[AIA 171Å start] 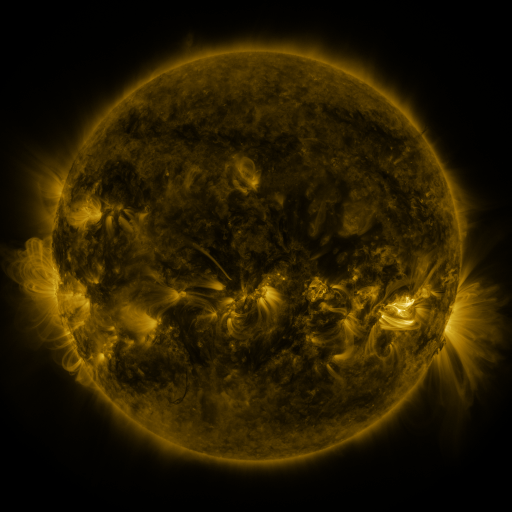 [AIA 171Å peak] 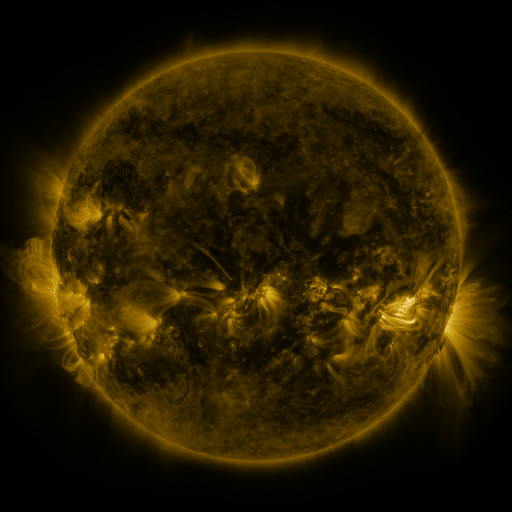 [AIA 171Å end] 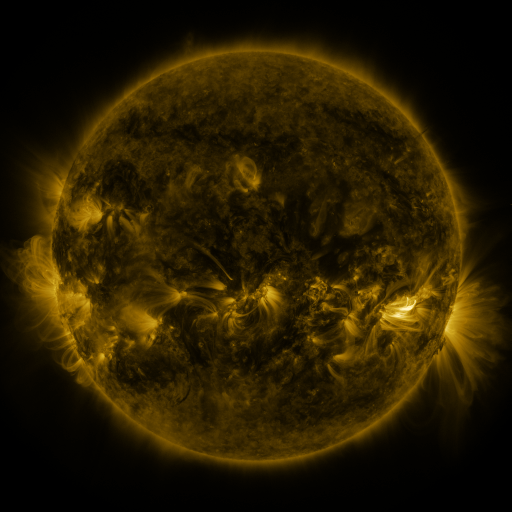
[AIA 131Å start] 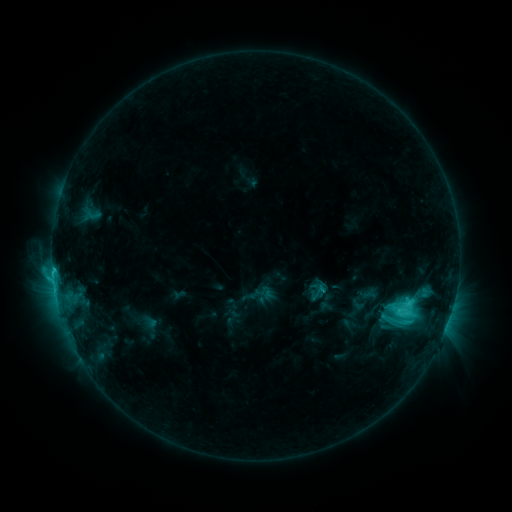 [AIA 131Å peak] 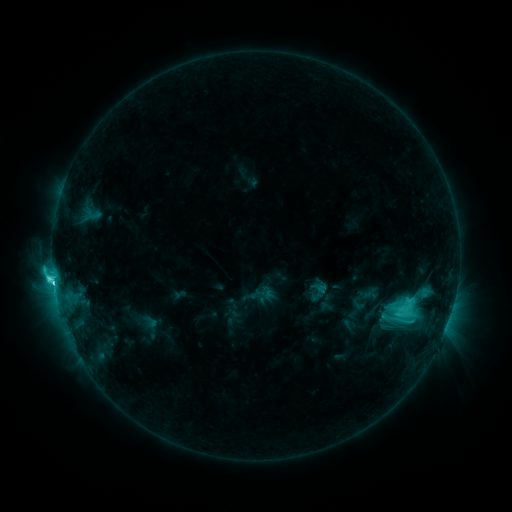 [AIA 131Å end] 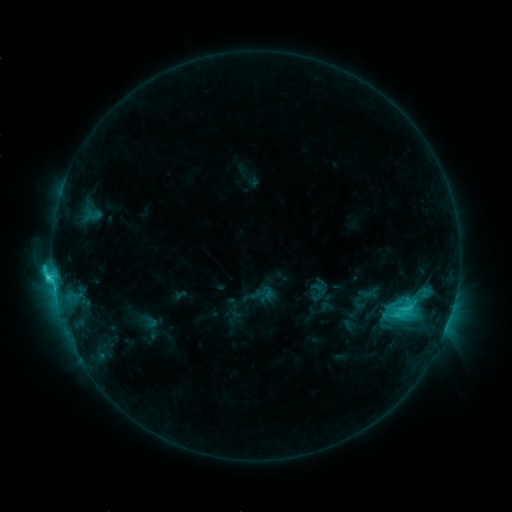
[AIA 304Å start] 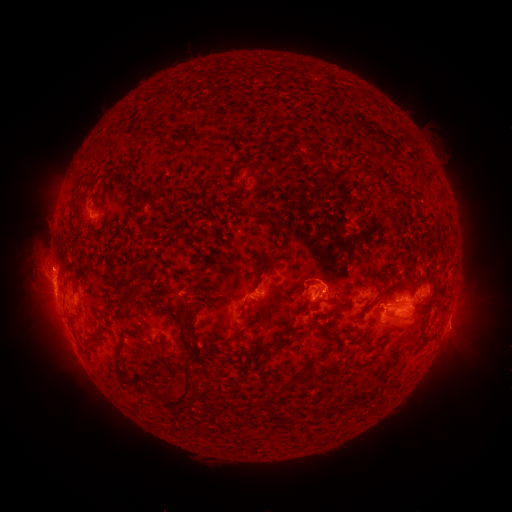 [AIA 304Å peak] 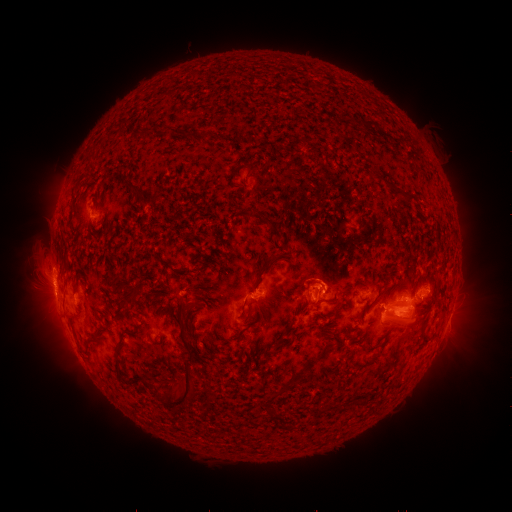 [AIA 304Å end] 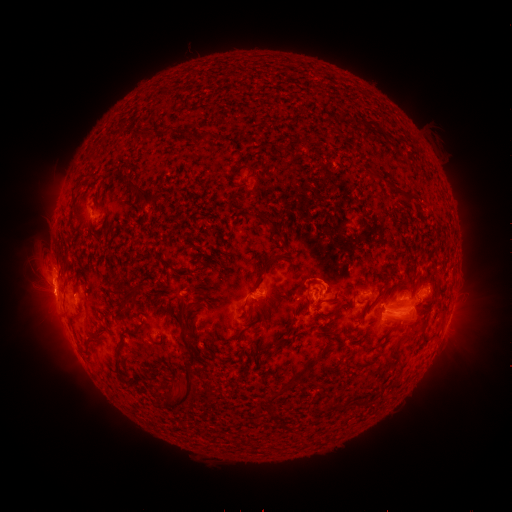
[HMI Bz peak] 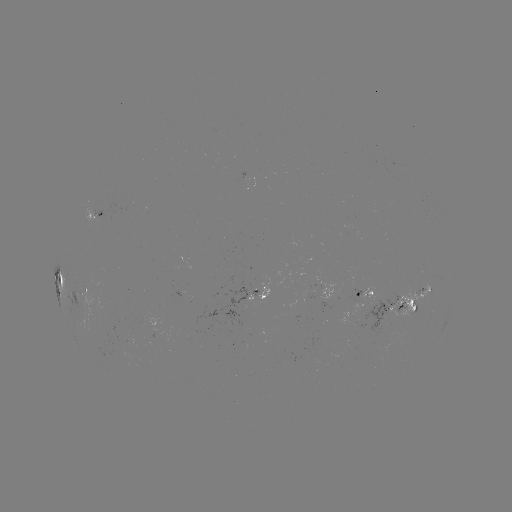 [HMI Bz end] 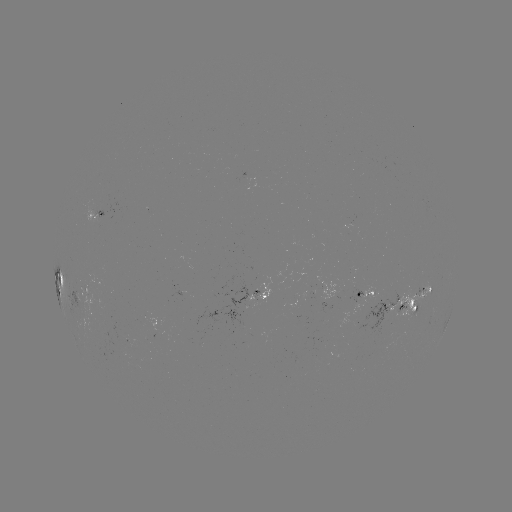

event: flare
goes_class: C6.3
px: (54, 280)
